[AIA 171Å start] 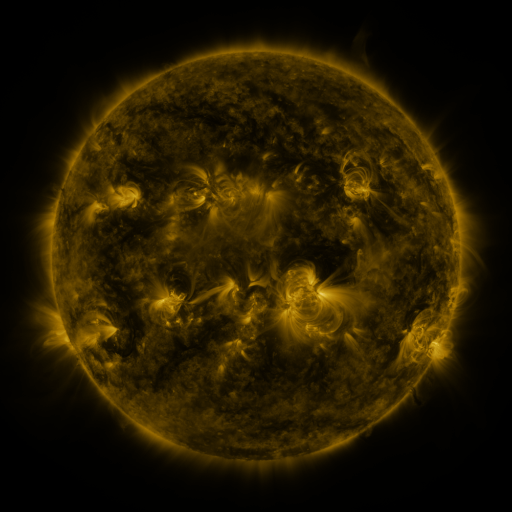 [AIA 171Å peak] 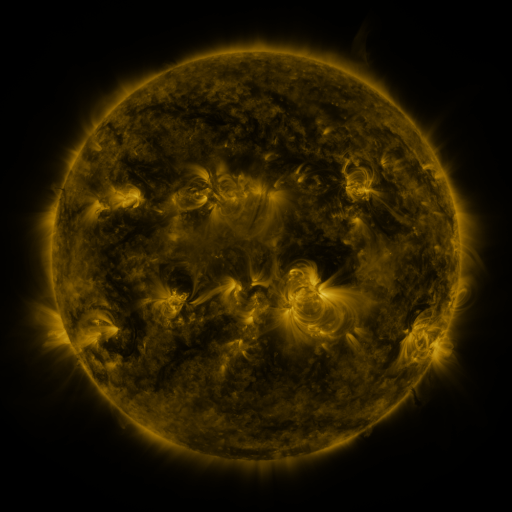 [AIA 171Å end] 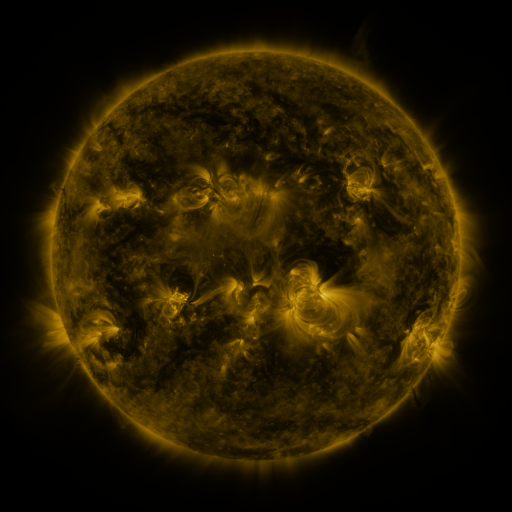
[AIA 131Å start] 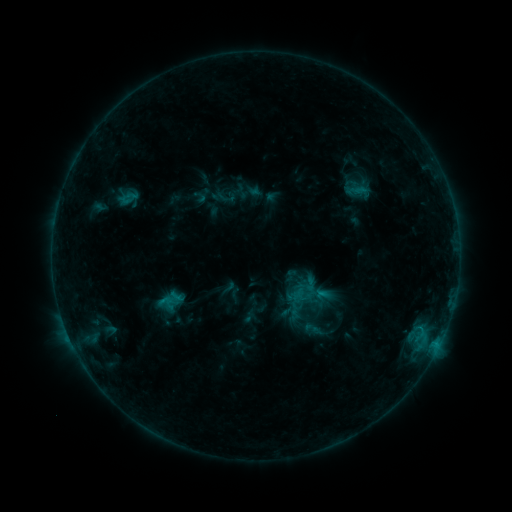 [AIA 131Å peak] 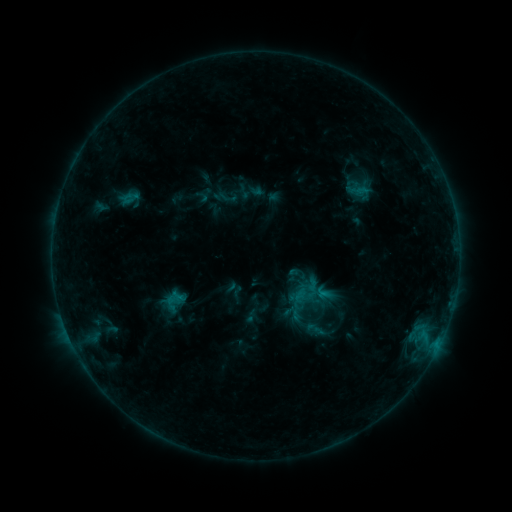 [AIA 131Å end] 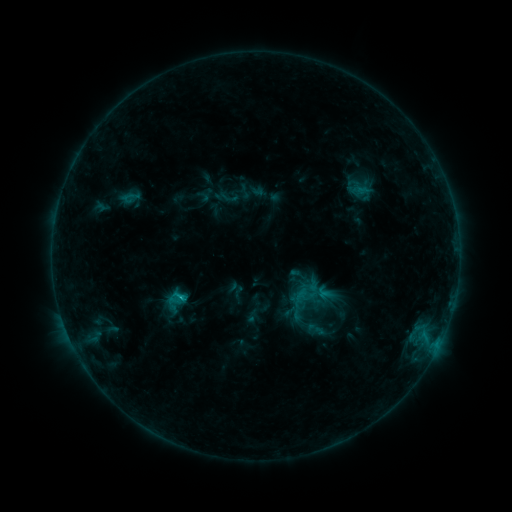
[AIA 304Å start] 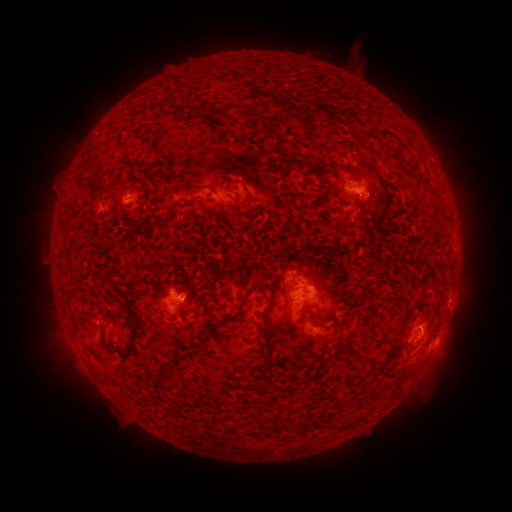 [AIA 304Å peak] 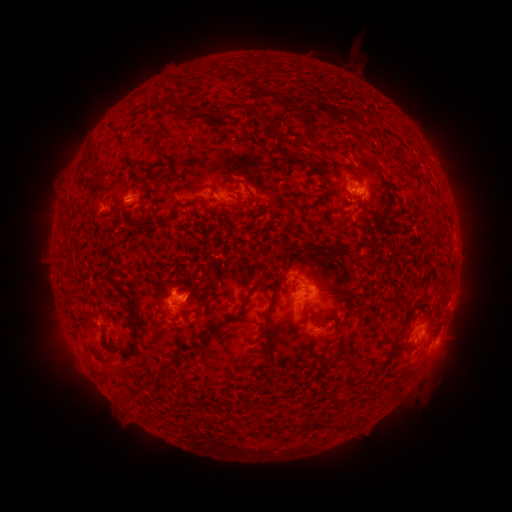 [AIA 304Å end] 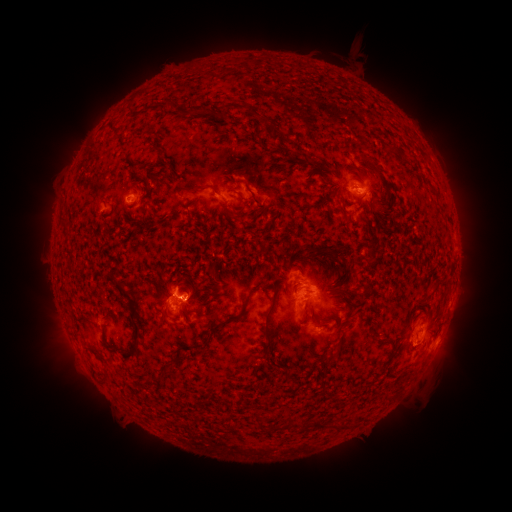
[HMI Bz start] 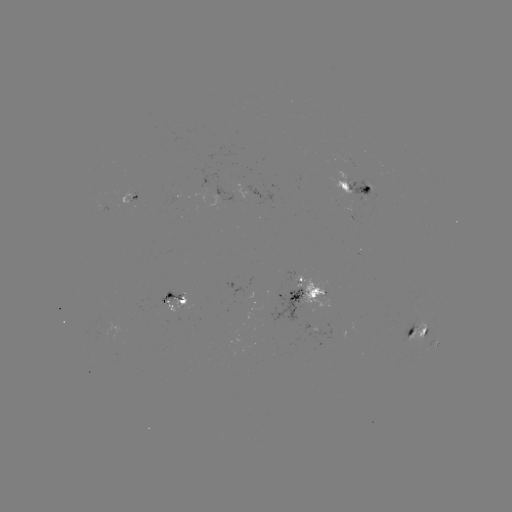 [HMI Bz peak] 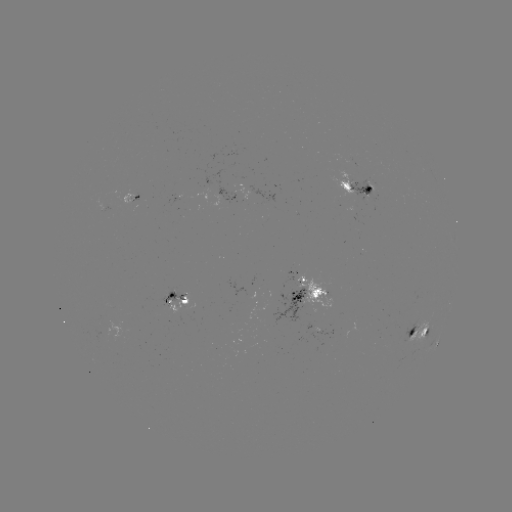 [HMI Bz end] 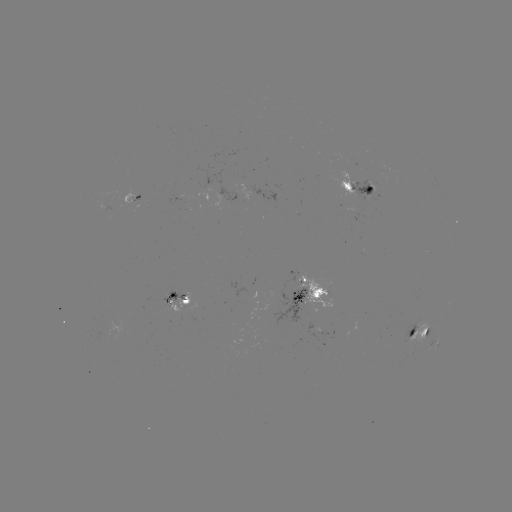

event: emerging-flux region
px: (363, 198)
